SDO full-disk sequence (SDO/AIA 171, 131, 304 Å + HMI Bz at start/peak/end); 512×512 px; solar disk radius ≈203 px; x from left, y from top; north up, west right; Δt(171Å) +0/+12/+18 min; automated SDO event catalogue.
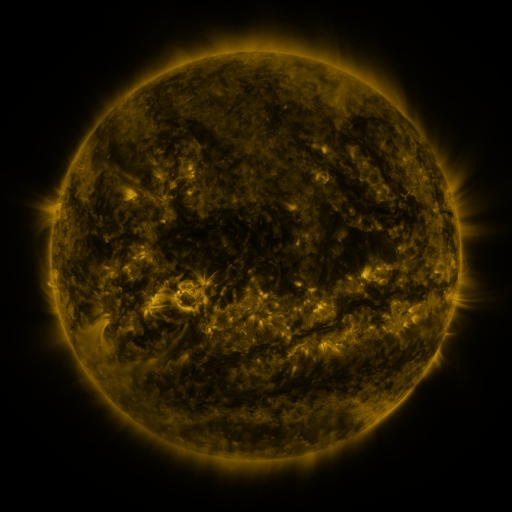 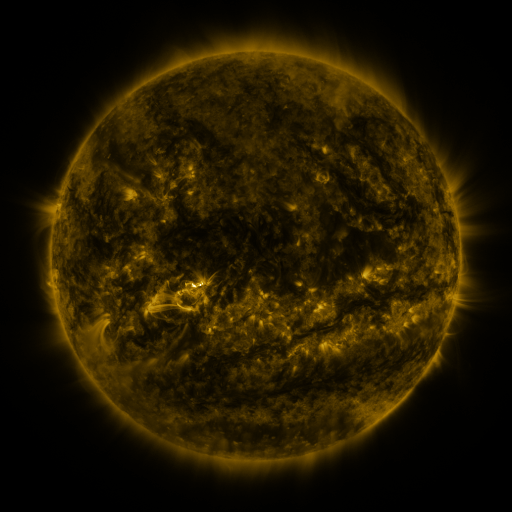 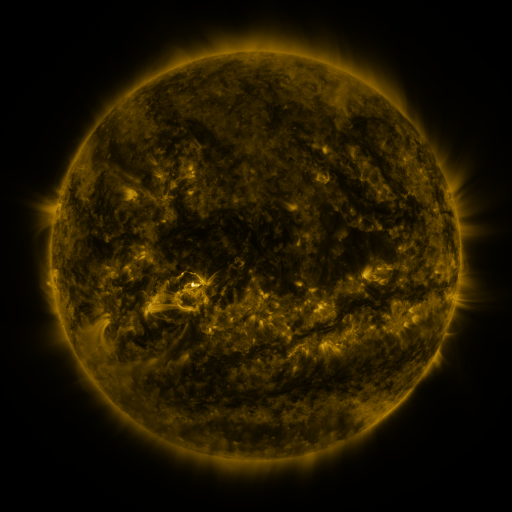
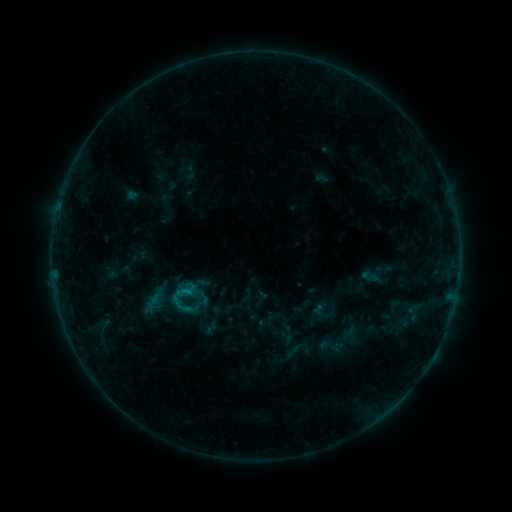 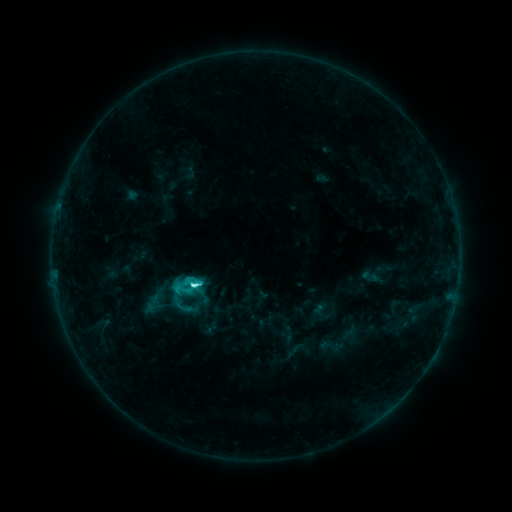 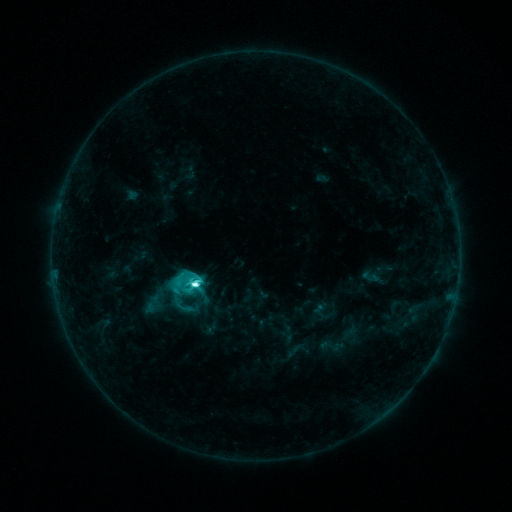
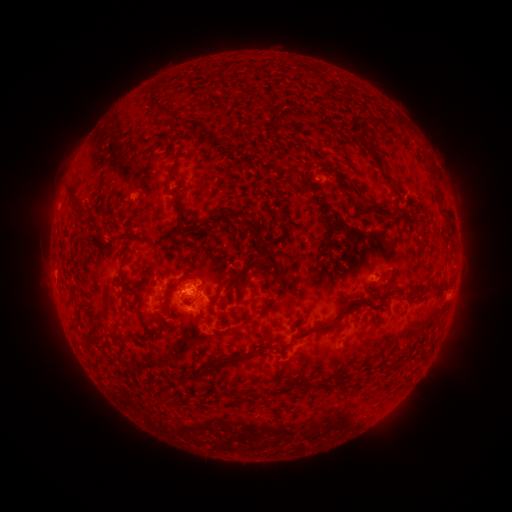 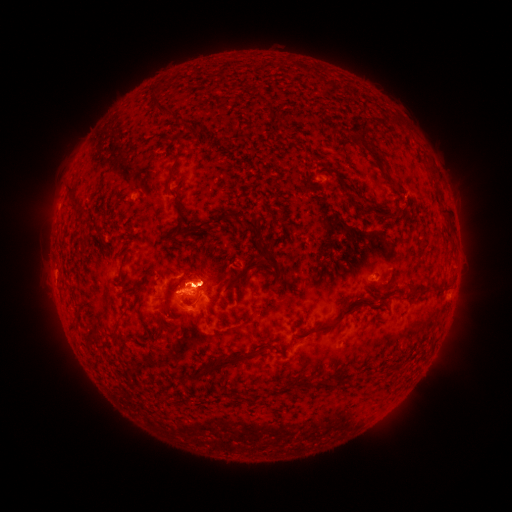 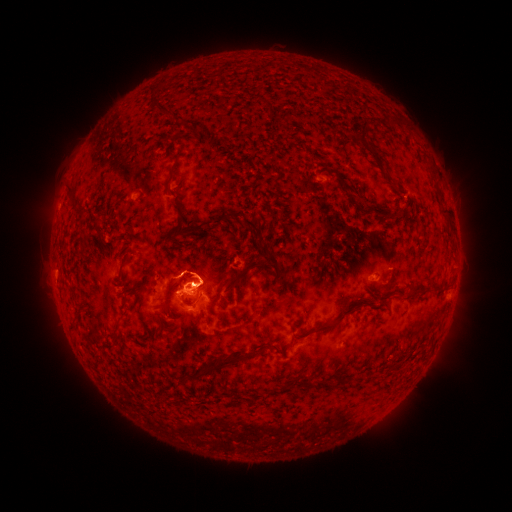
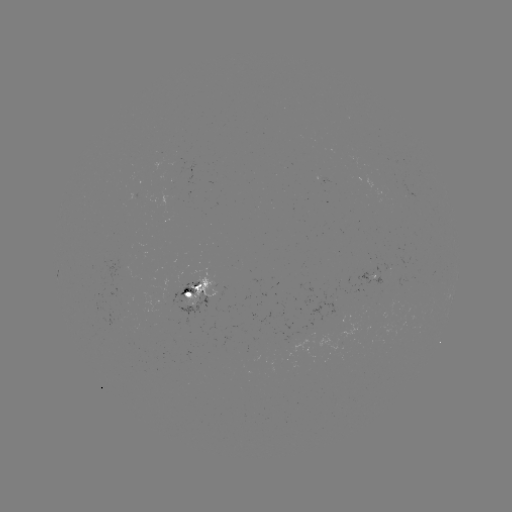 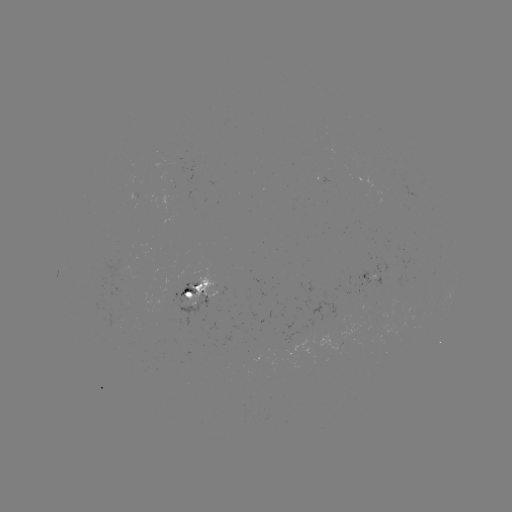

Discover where M1.0 flare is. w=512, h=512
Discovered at (195, 284).